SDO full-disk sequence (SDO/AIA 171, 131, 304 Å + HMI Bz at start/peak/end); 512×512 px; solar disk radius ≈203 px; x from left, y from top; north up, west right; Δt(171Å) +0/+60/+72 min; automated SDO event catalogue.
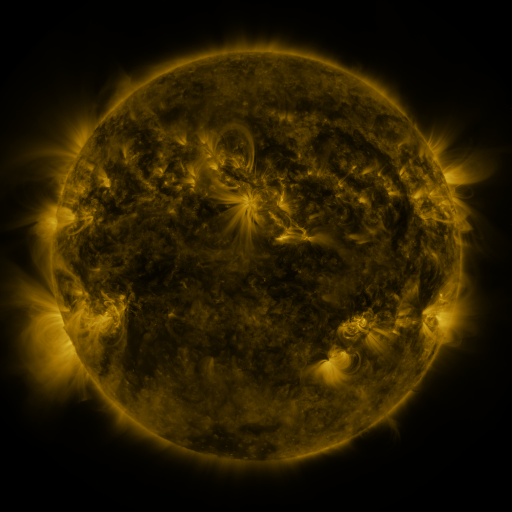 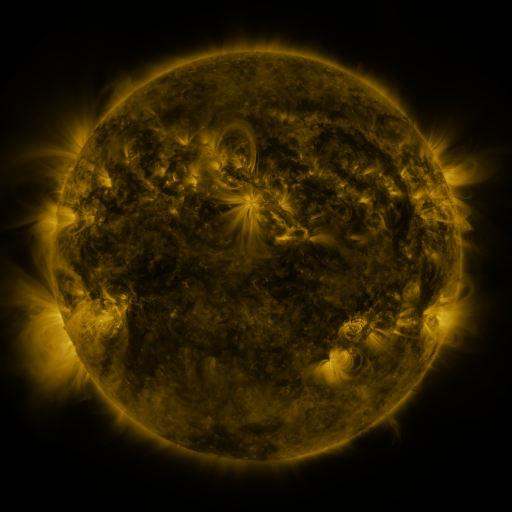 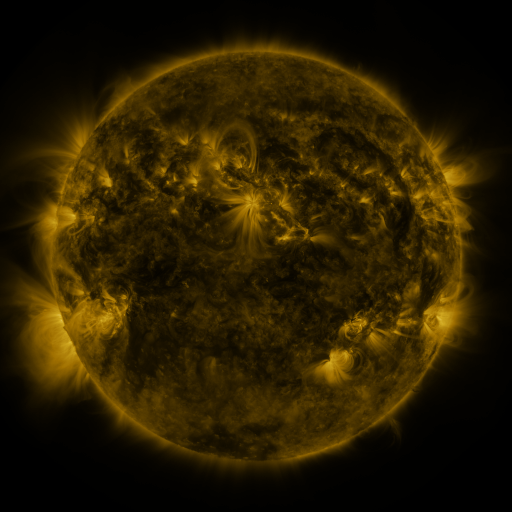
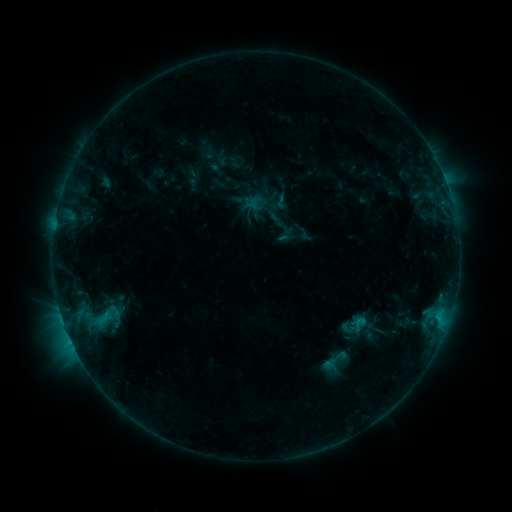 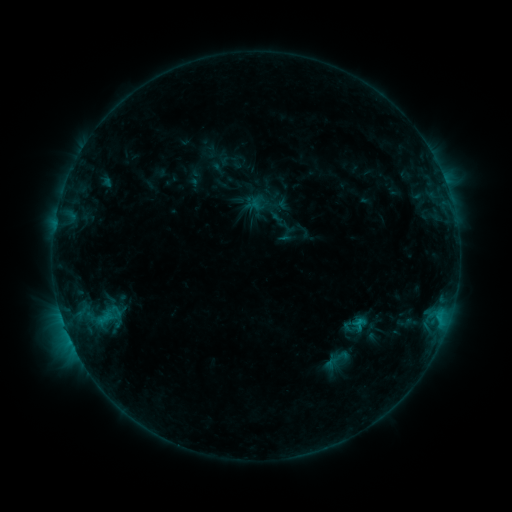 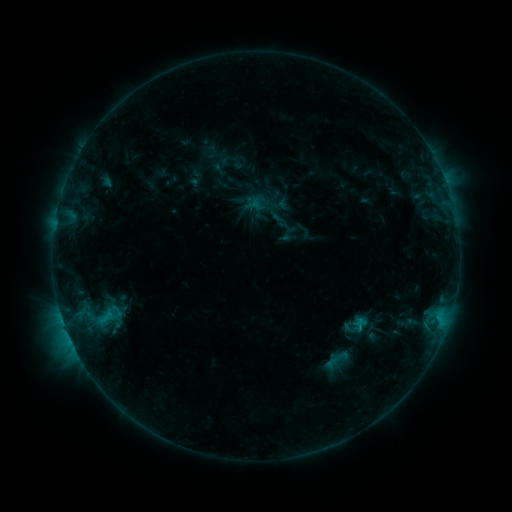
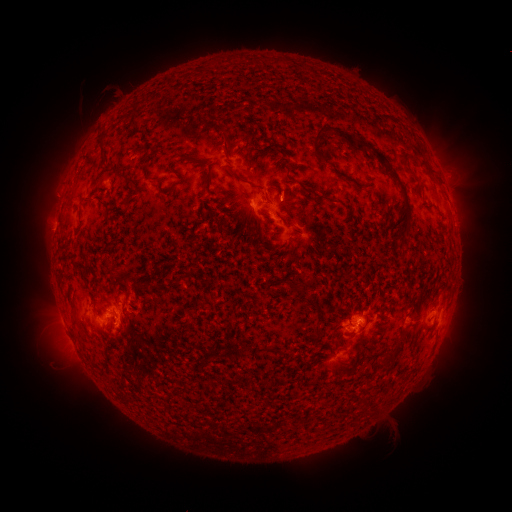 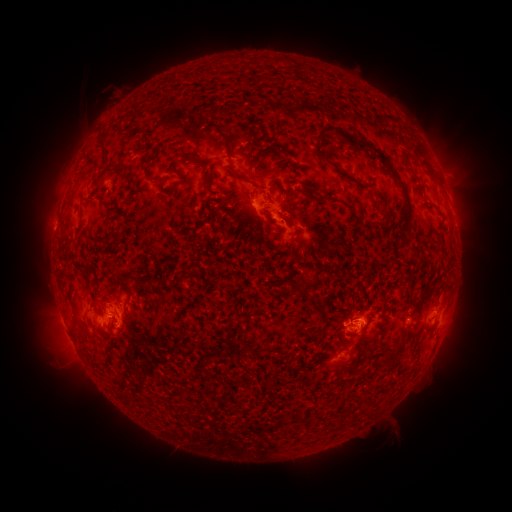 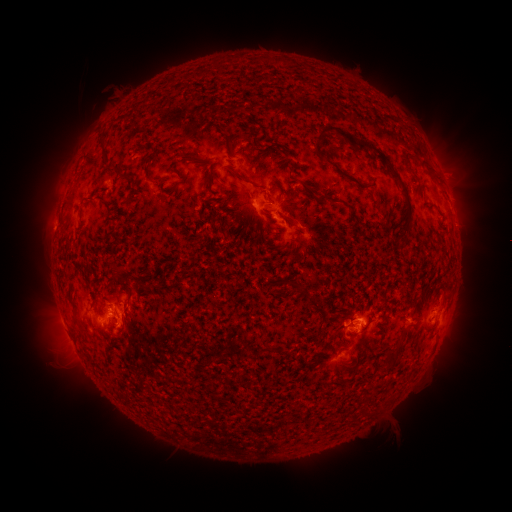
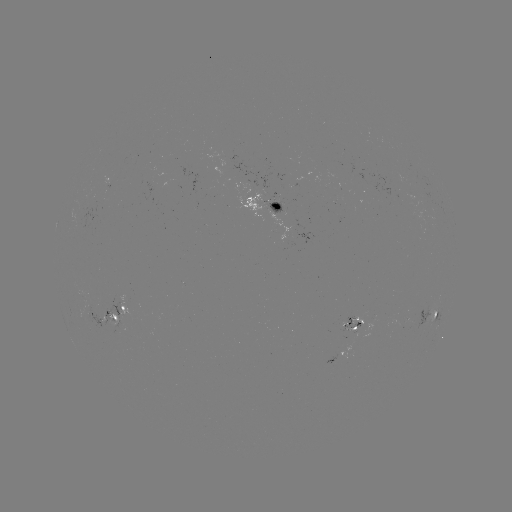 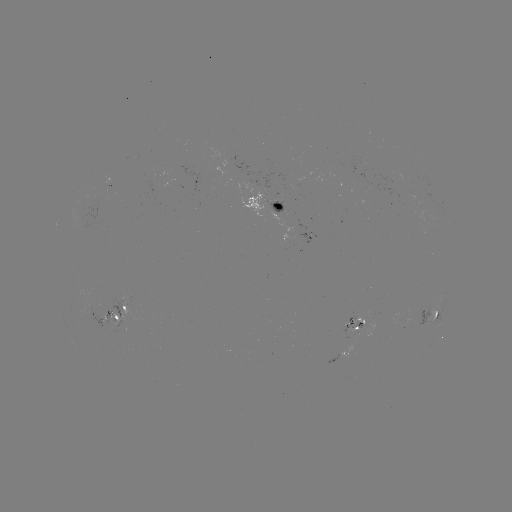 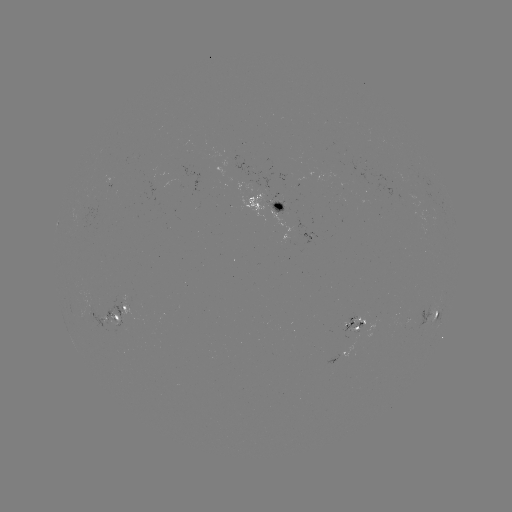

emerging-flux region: (99, 316, 123, 332)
